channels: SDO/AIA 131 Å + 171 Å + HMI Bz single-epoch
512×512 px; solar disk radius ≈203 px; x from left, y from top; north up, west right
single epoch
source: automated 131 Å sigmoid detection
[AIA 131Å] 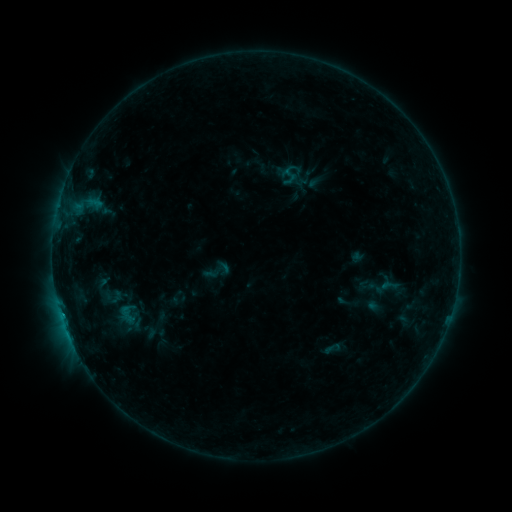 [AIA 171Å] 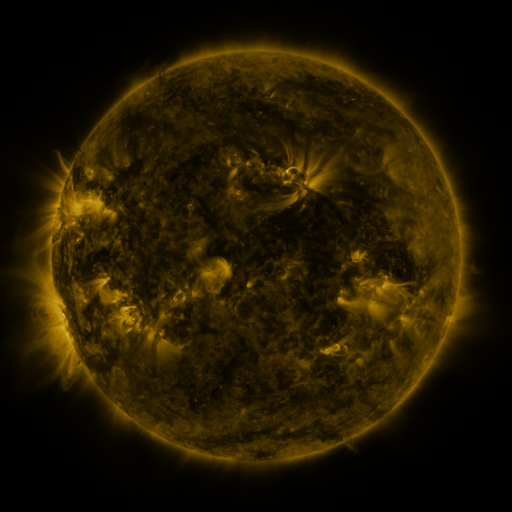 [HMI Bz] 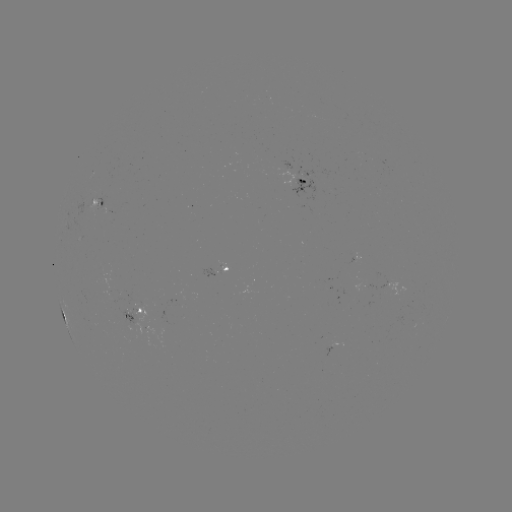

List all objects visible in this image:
sigmoid: (217, 271)
sigmoid: (389, 285)
sigmoid: (127, 315)
